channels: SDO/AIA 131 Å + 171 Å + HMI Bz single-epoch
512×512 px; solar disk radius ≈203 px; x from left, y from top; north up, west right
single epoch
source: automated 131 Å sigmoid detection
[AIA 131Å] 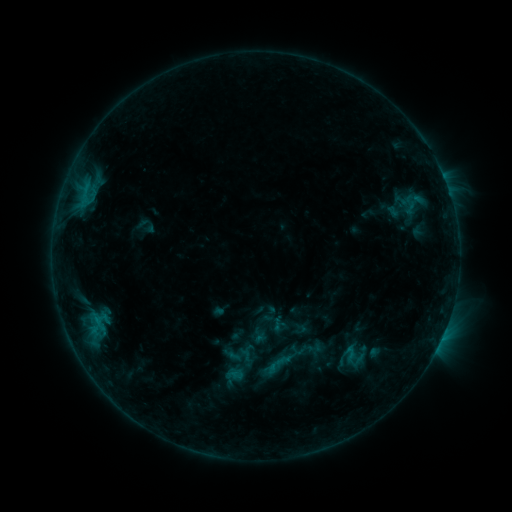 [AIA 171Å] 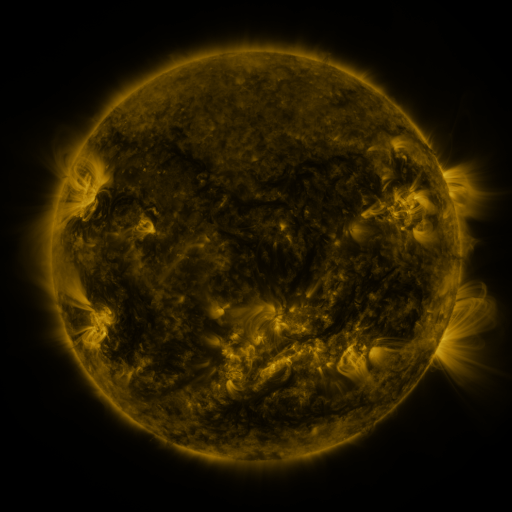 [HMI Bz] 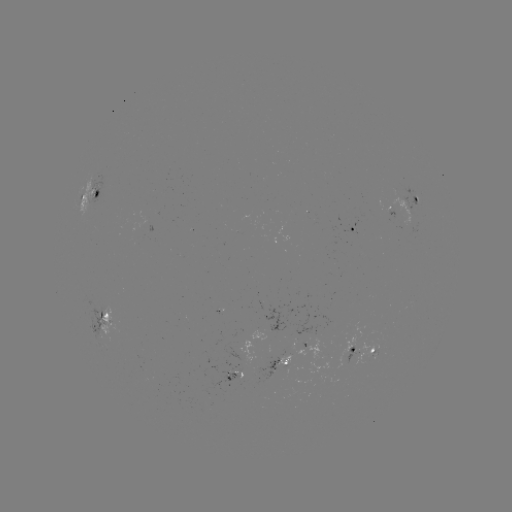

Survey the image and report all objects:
sigmoid: [339, 342, 368, 371]
sigmoid: [264, 345, 296, 377]
